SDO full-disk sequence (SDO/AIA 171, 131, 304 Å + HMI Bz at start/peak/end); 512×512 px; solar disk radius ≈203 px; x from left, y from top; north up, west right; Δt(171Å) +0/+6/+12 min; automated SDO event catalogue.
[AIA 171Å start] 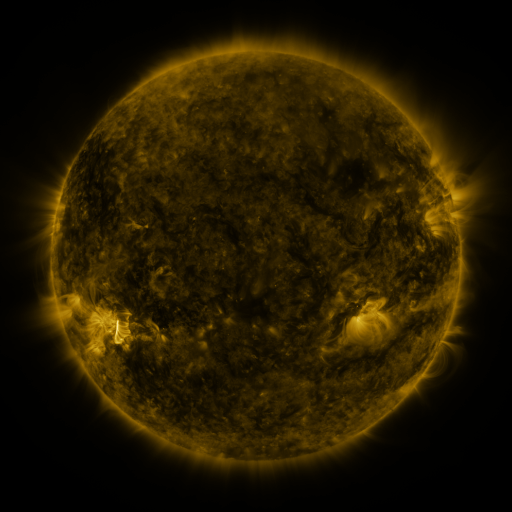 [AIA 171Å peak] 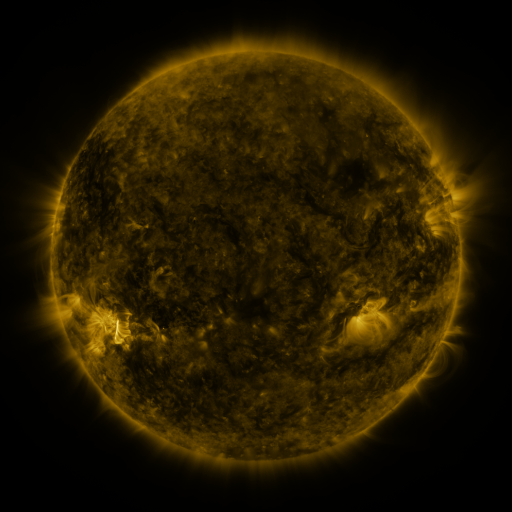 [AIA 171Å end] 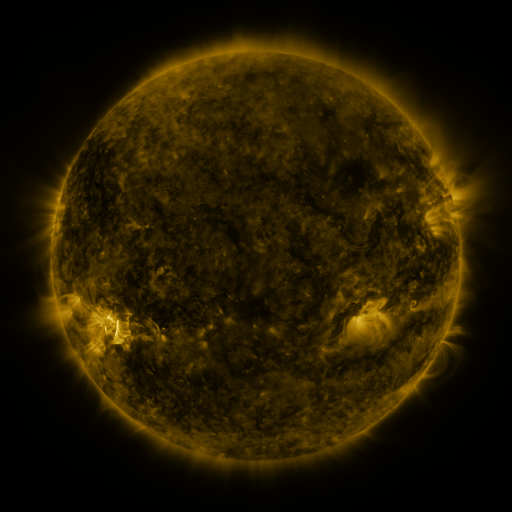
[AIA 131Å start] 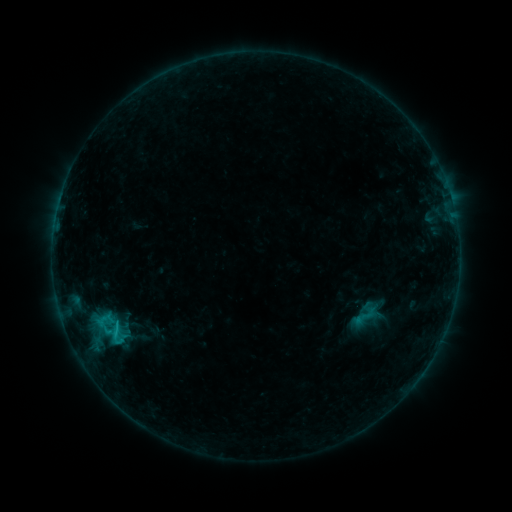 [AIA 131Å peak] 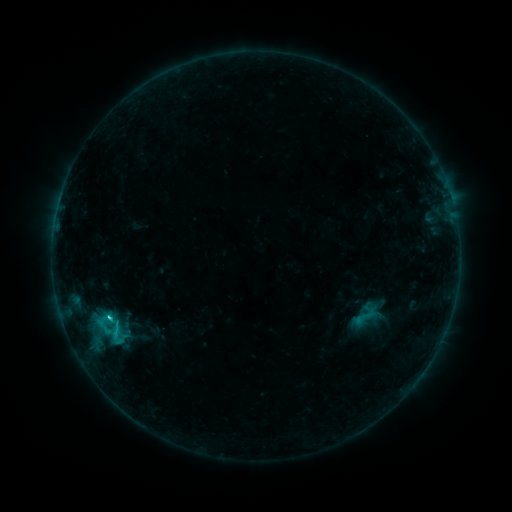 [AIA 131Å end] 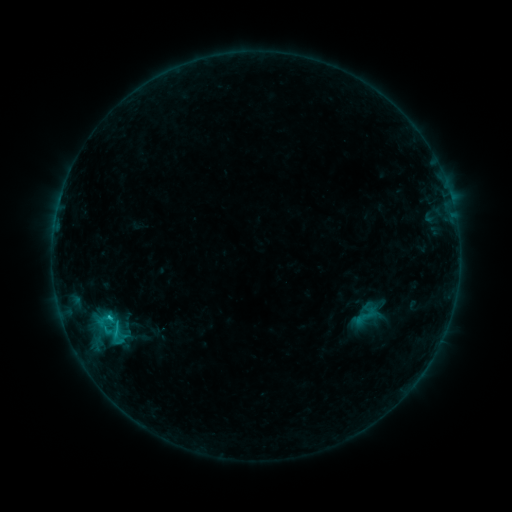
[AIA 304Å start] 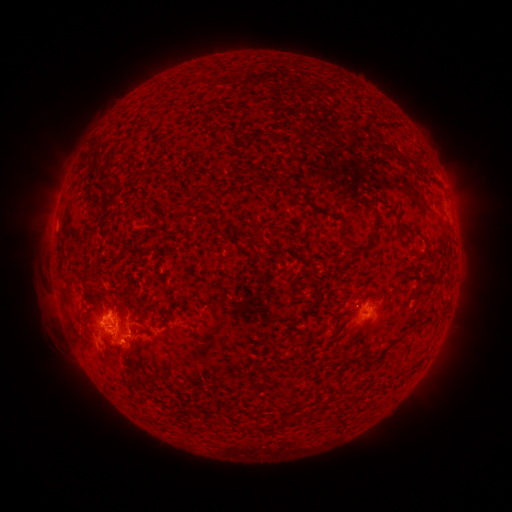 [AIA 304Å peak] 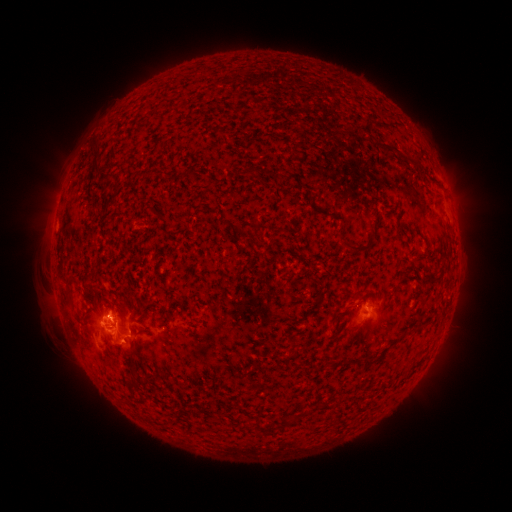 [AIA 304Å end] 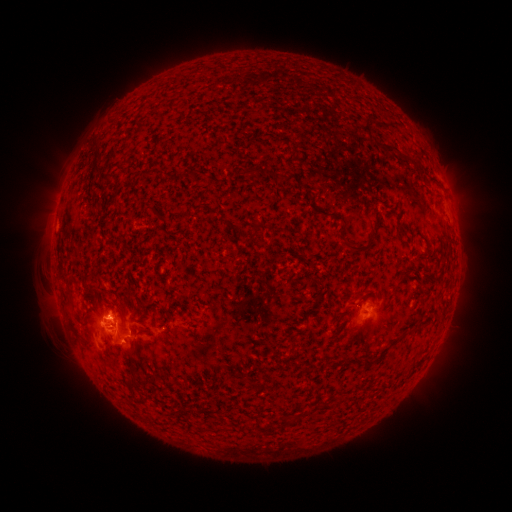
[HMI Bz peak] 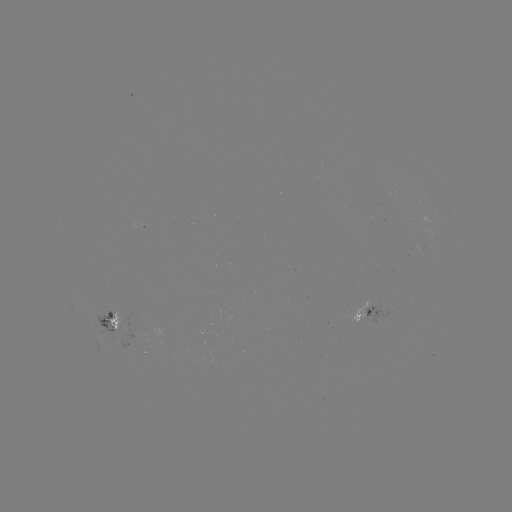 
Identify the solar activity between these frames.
C1.7 flare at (110, 317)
